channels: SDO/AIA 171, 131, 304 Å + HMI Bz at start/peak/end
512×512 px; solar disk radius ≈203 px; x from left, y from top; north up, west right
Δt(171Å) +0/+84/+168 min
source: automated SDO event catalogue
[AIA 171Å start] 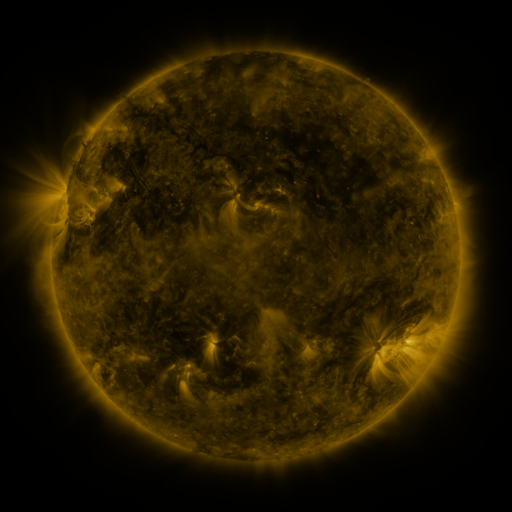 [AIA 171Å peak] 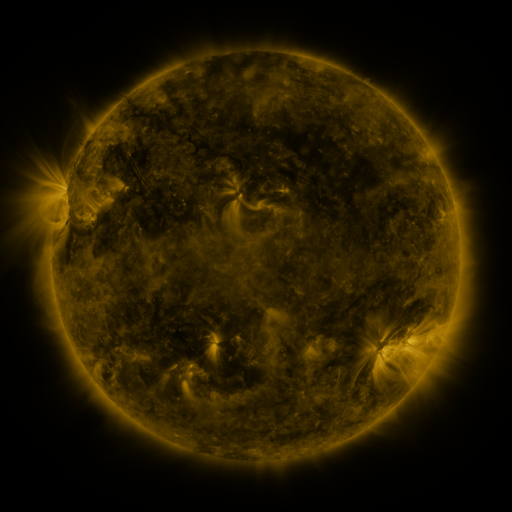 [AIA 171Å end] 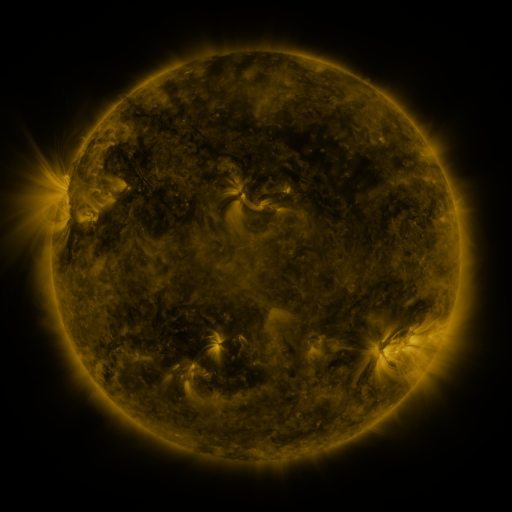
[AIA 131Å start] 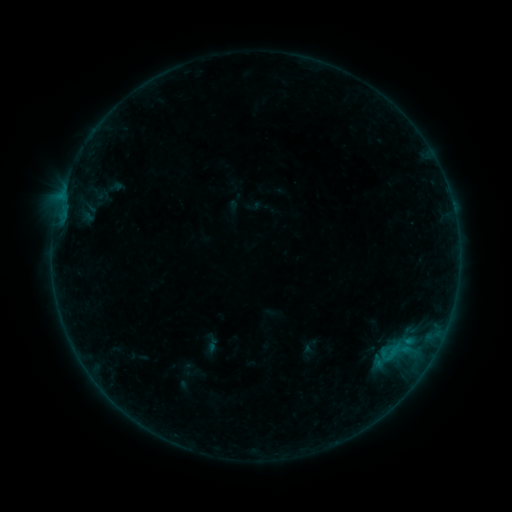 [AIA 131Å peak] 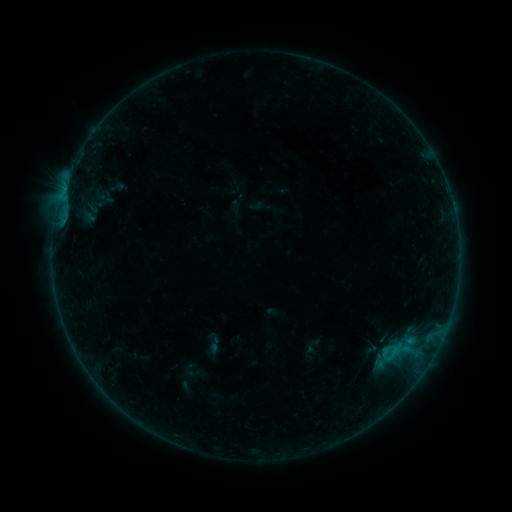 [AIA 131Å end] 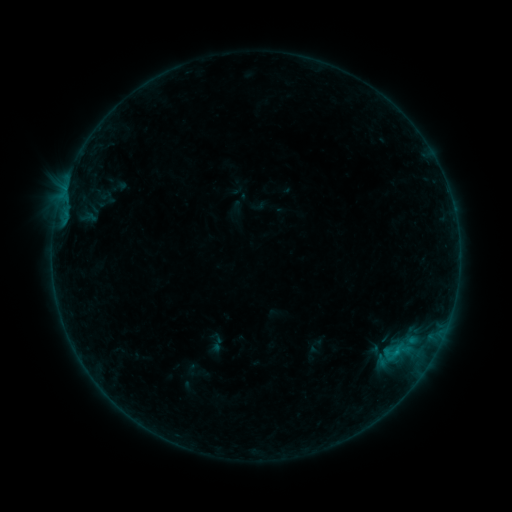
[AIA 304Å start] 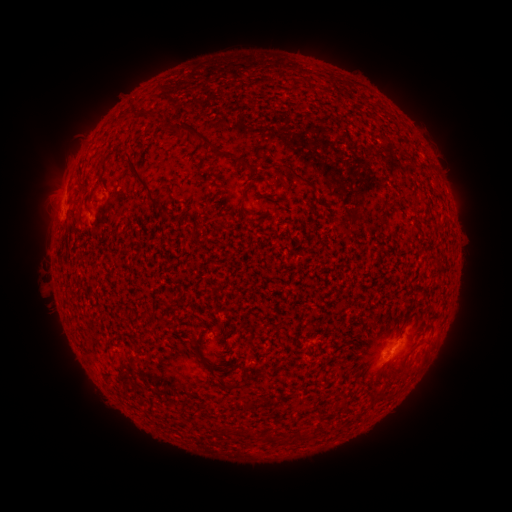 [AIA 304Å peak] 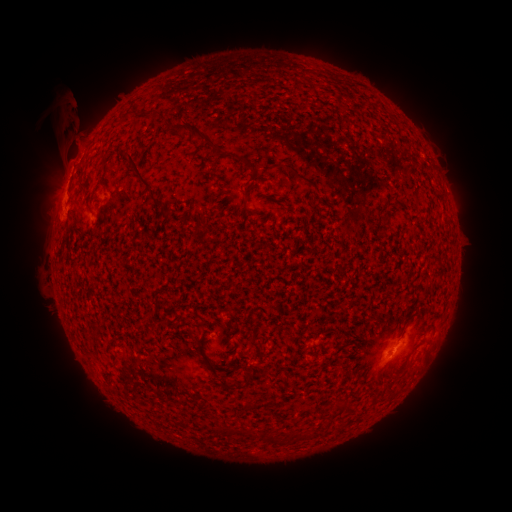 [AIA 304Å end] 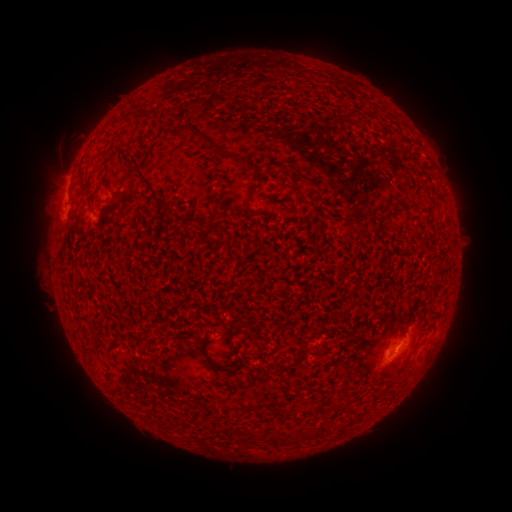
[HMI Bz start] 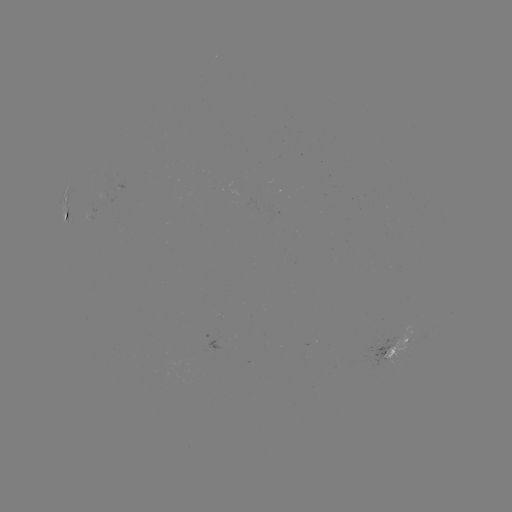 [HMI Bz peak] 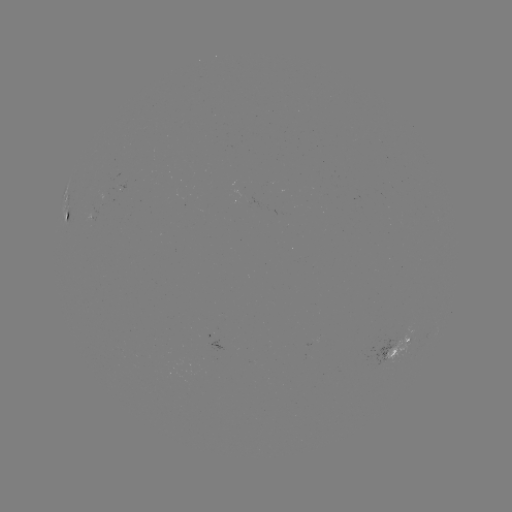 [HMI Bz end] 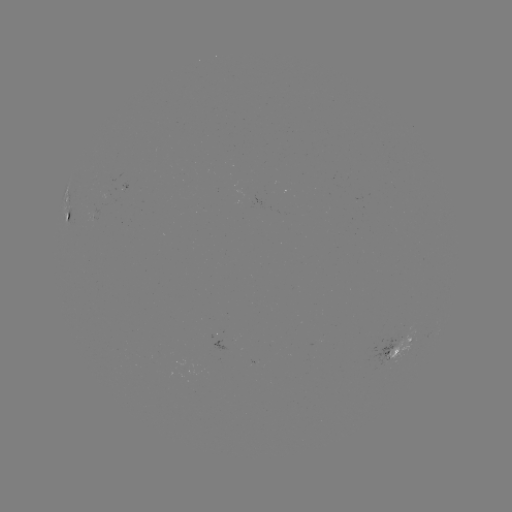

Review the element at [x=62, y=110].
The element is filament eruption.